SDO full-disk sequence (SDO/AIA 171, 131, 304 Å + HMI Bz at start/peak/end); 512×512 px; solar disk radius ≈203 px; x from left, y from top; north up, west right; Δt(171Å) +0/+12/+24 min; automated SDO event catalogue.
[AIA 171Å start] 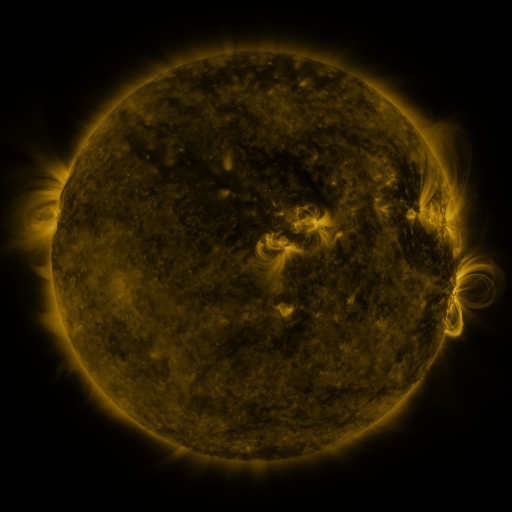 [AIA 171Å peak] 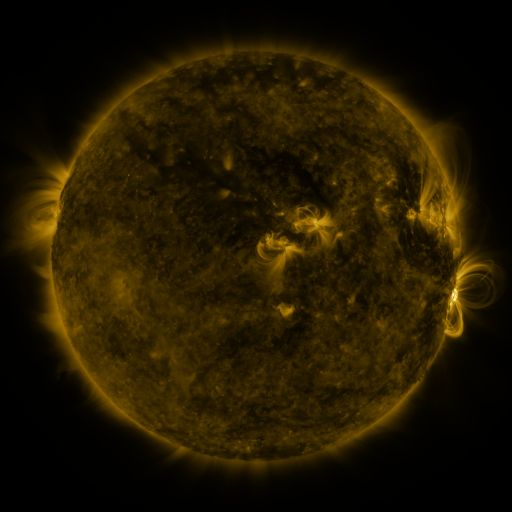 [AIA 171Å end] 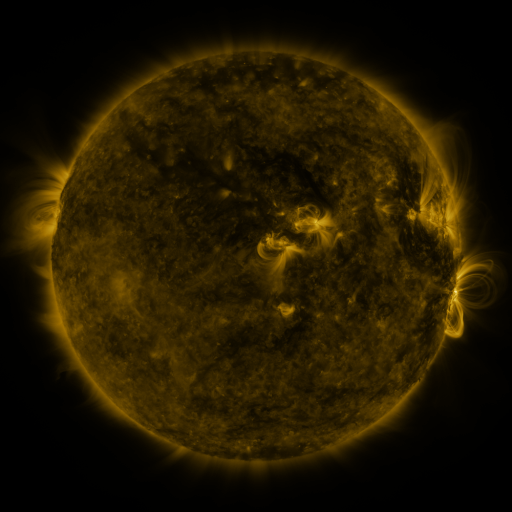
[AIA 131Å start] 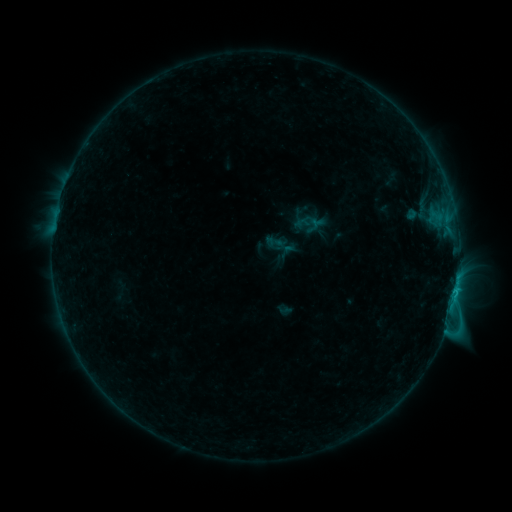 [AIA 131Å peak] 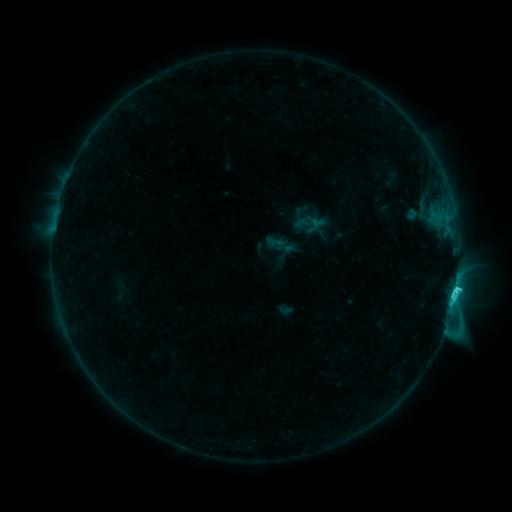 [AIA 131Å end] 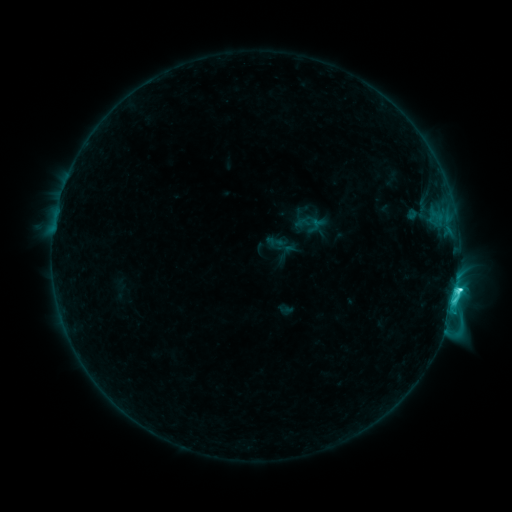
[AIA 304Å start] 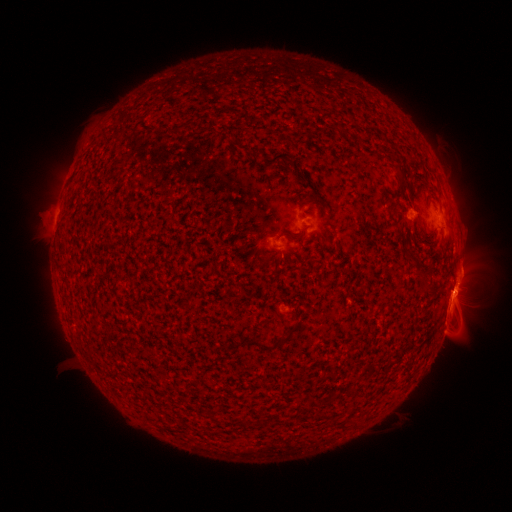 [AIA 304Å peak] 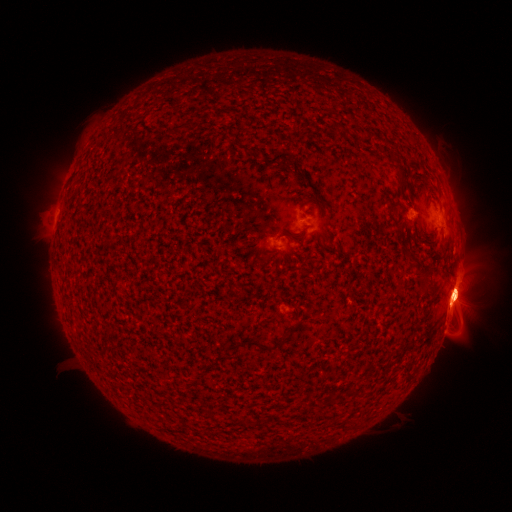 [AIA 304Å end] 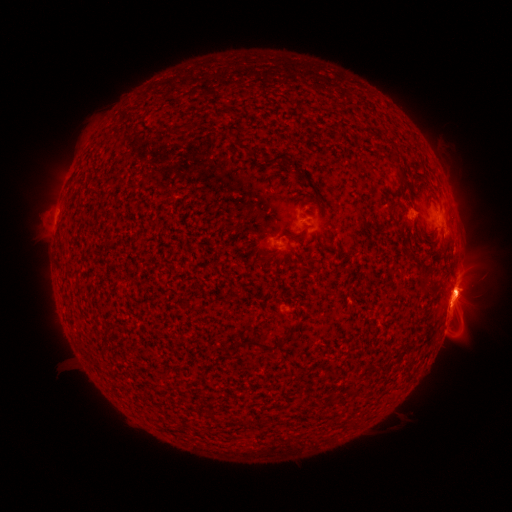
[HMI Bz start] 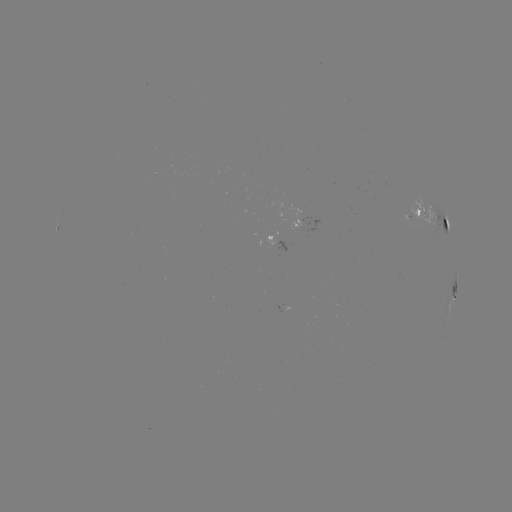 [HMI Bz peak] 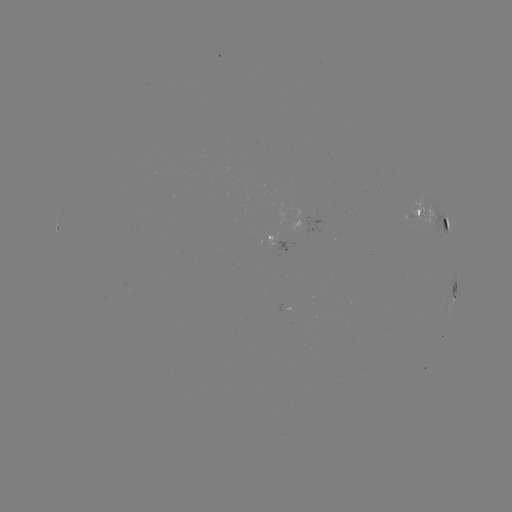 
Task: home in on eruption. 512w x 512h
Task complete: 464,294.